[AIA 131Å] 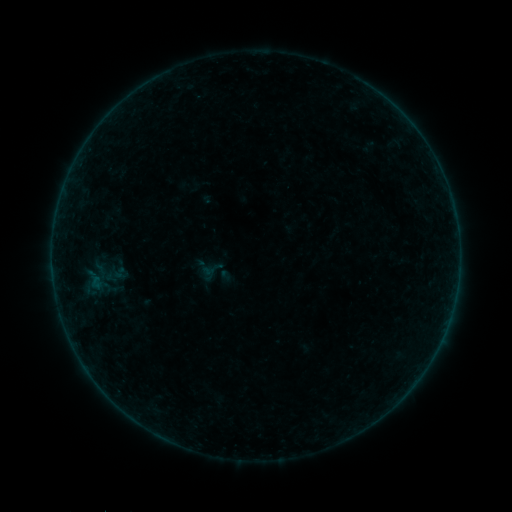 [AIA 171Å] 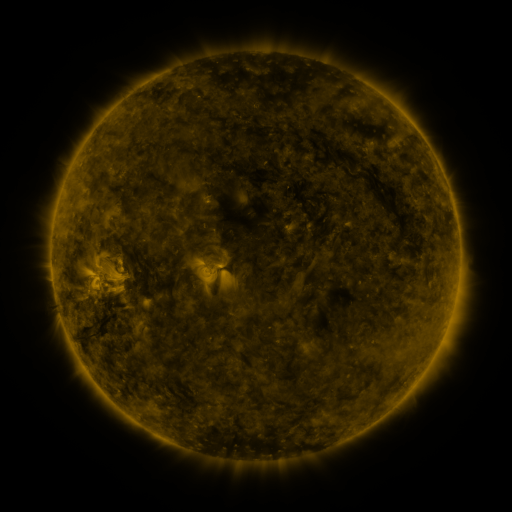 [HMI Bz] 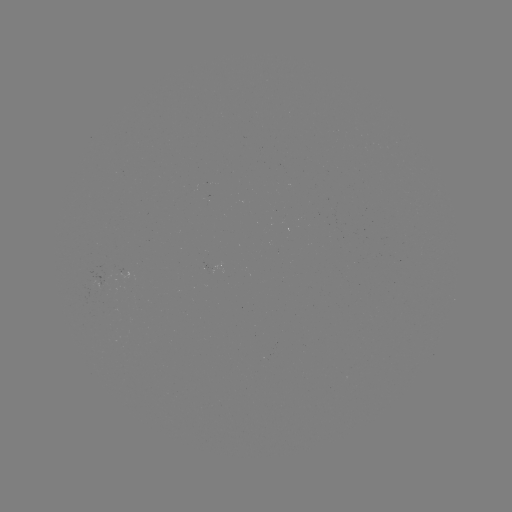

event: sigmoid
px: (211, 269)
